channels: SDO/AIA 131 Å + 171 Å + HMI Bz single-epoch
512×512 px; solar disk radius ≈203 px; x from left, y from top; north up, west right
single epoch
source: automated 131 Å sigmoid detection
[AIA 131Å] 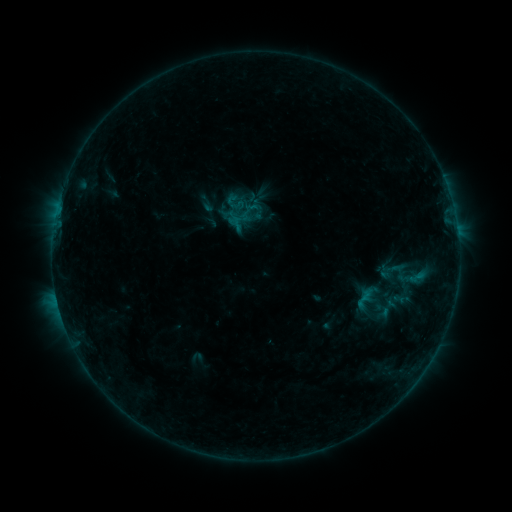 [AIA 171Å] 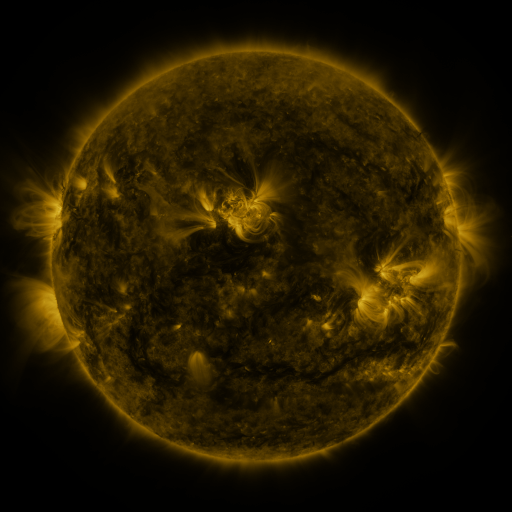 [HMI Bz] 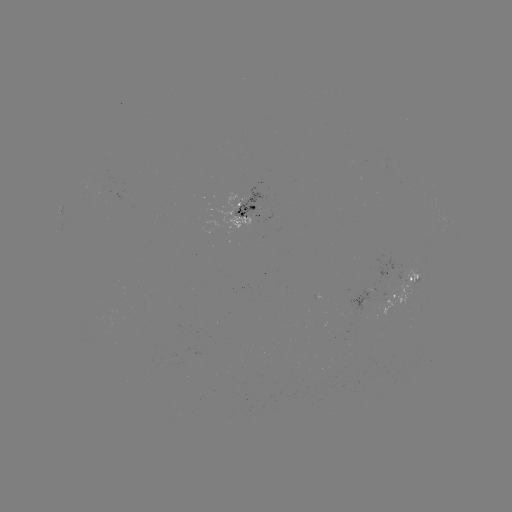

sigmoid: [221, 183, 253, 214]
